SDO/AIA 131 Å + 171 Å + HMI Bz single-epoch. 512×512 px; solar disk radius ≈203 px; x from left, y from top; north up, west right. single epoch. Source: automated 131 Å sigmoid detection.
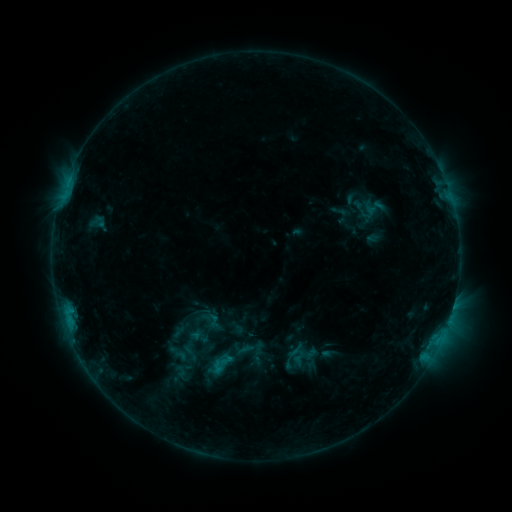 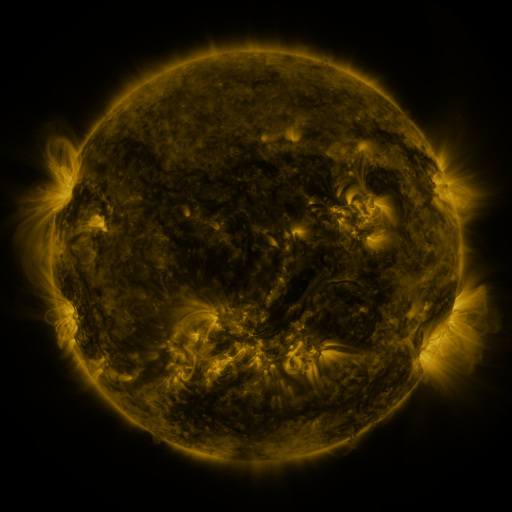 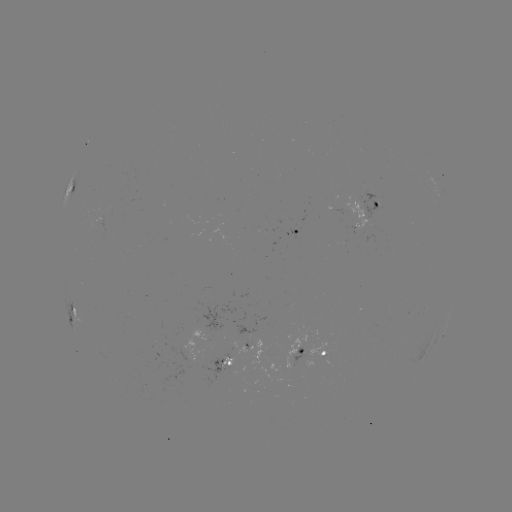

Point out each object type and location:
sigmoid: [205, 314, 224, 331]
sigmoid: [211, 349, 237, 373]
